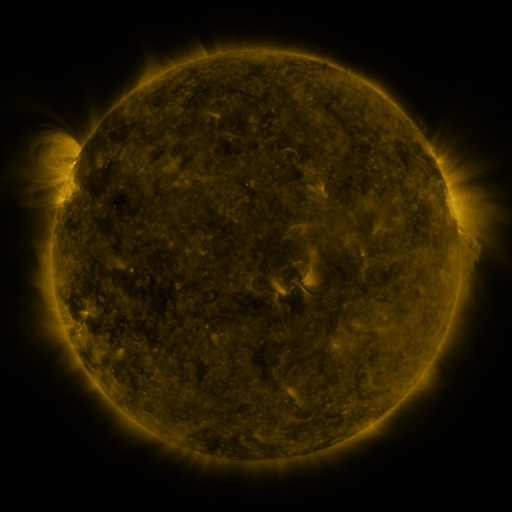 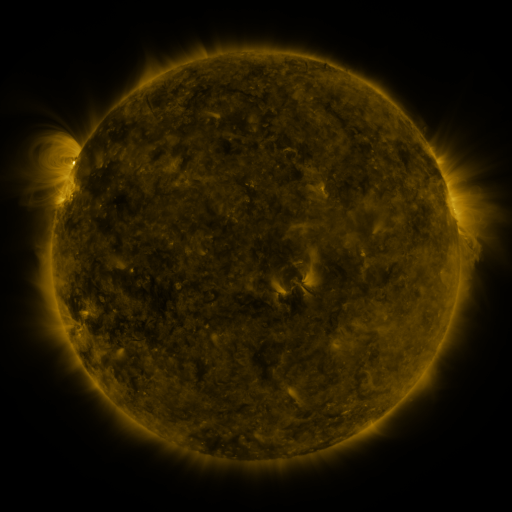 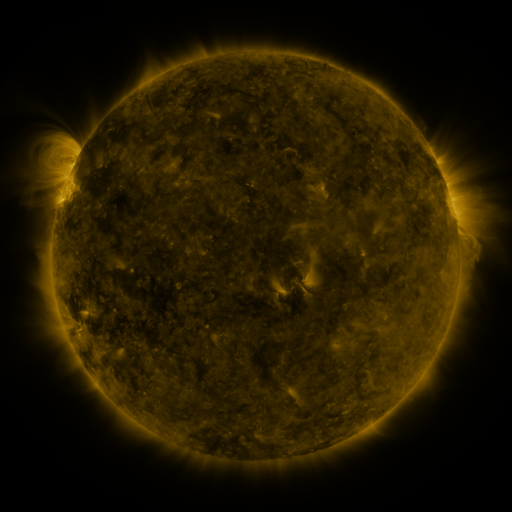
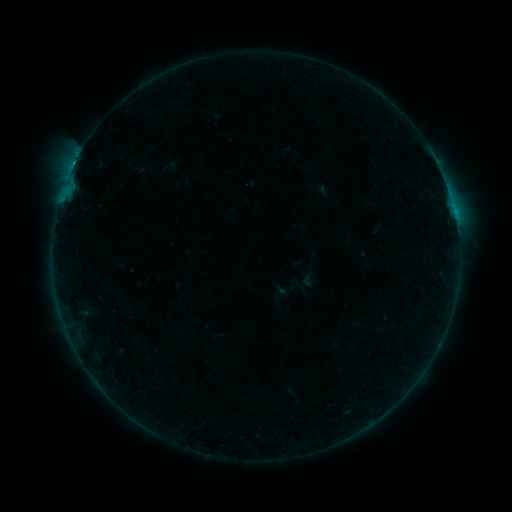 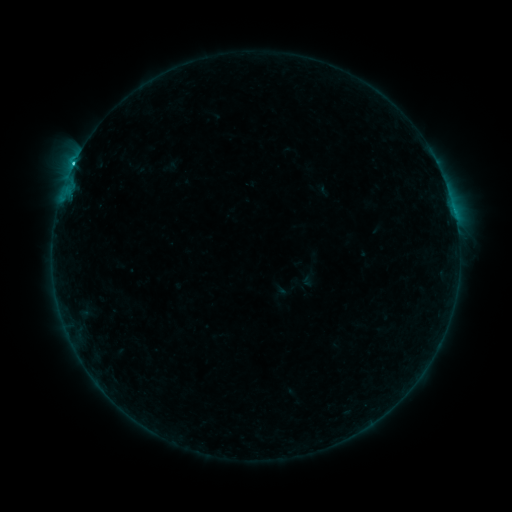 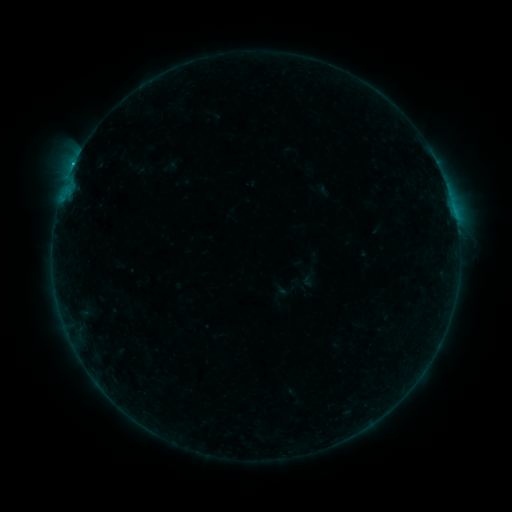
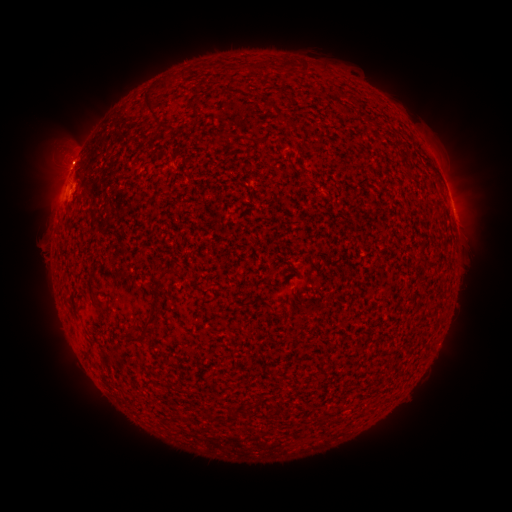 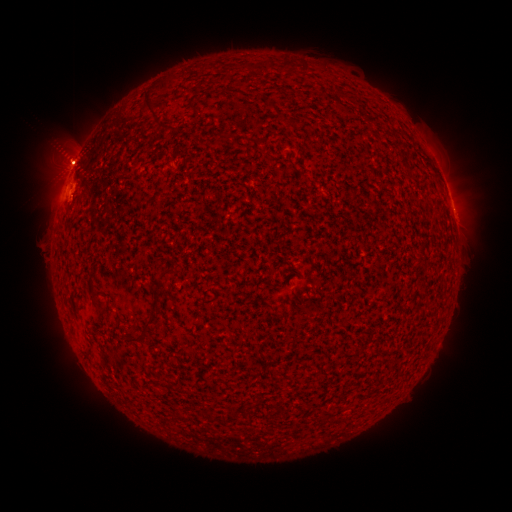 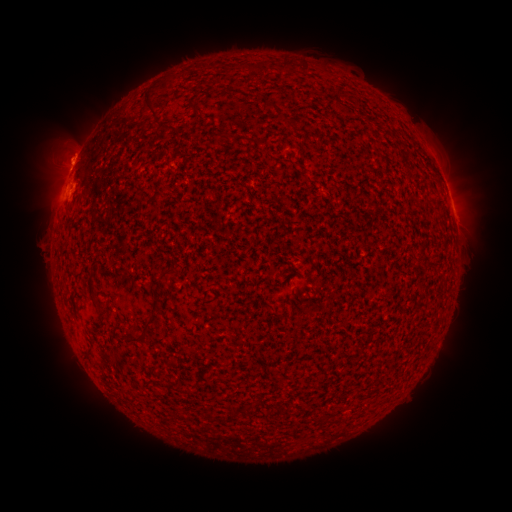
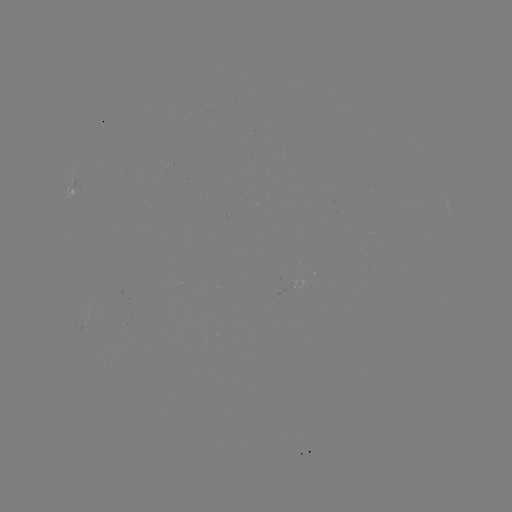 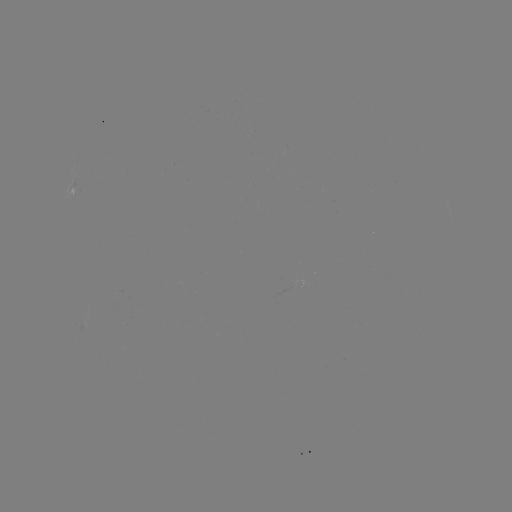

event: eruption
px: (447, 166)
